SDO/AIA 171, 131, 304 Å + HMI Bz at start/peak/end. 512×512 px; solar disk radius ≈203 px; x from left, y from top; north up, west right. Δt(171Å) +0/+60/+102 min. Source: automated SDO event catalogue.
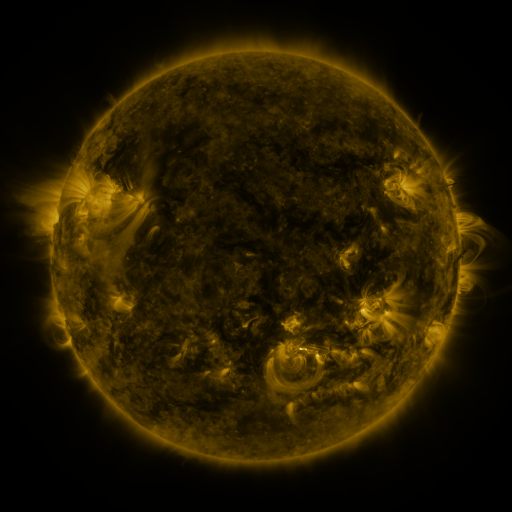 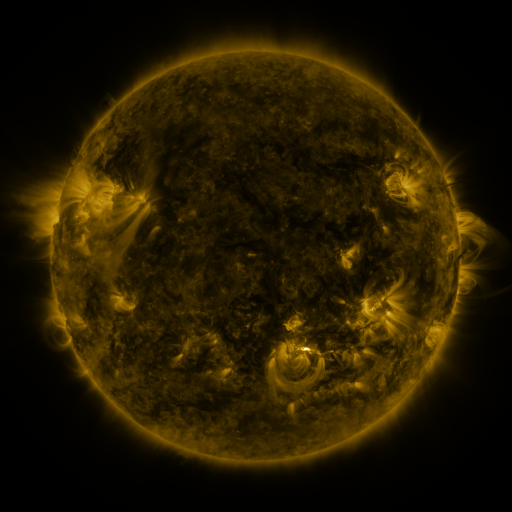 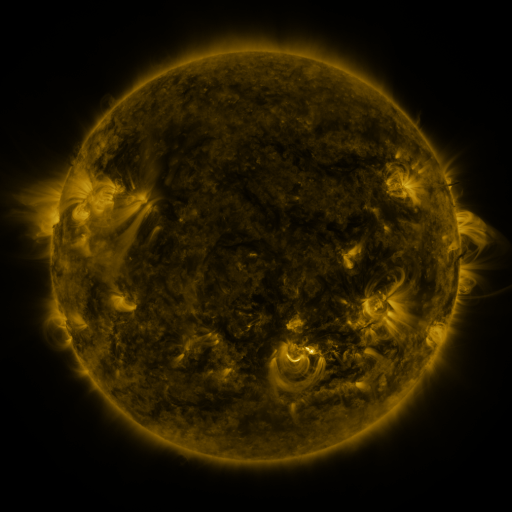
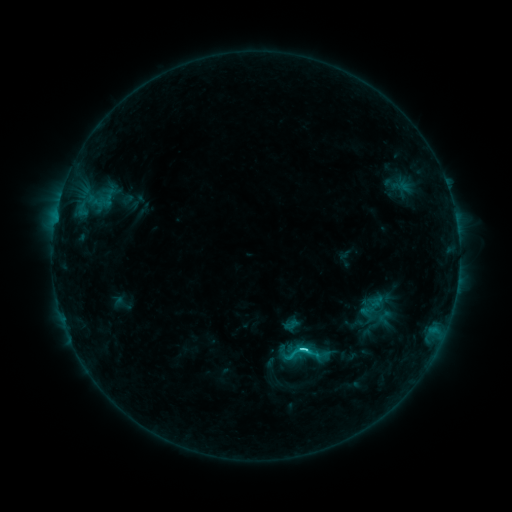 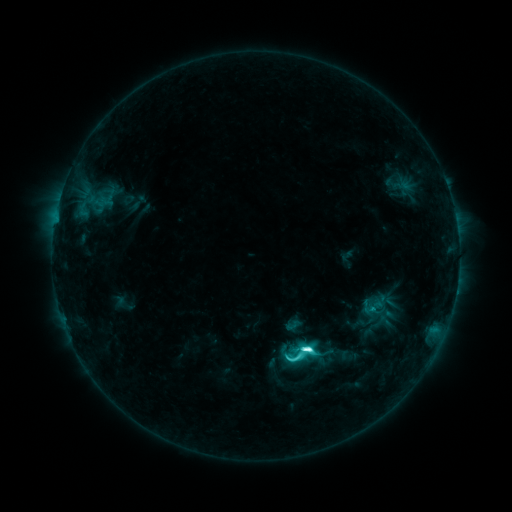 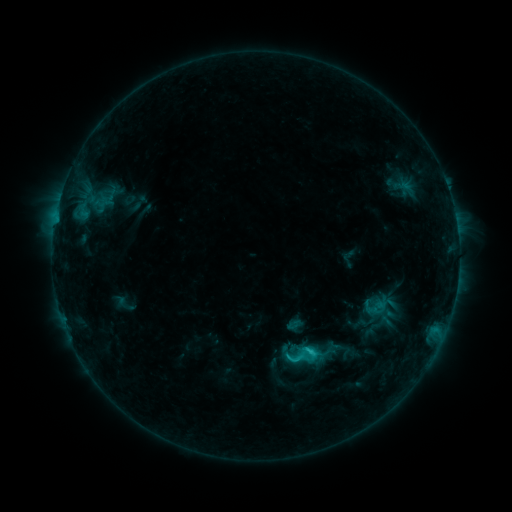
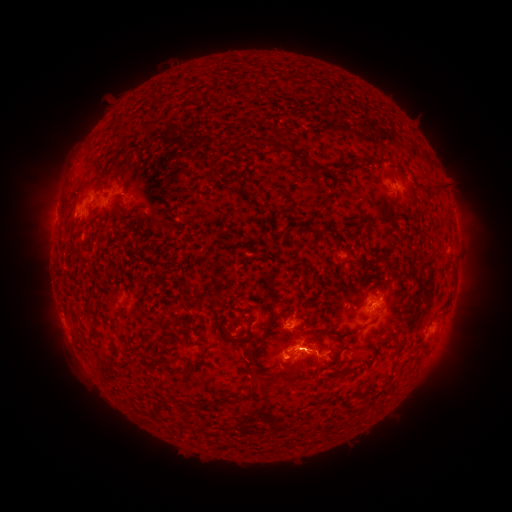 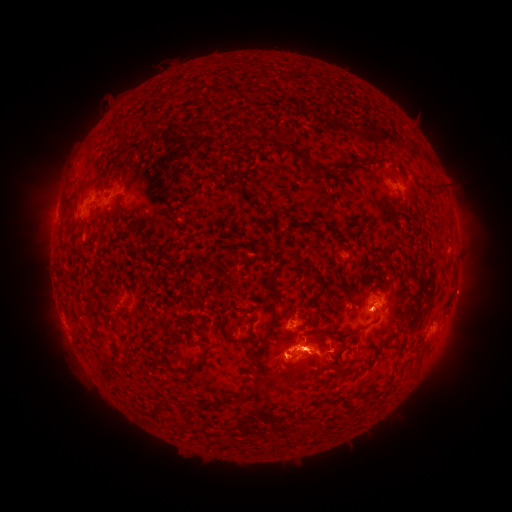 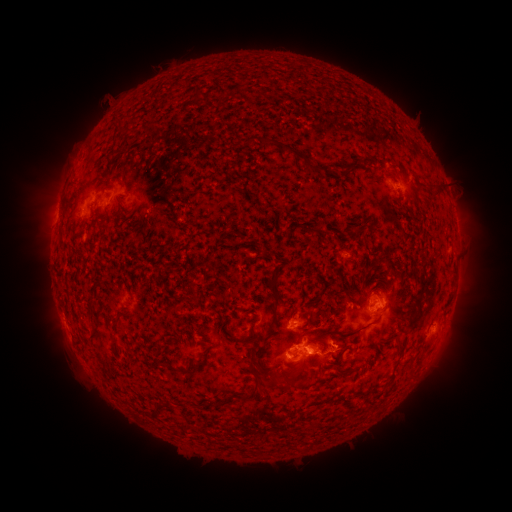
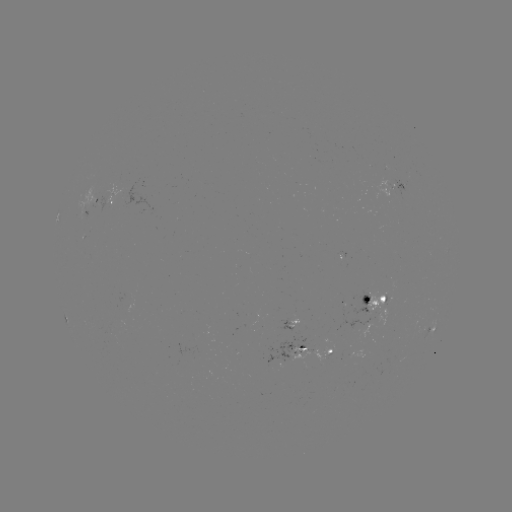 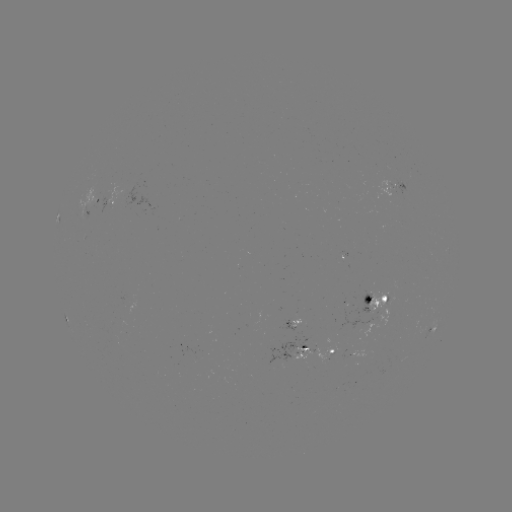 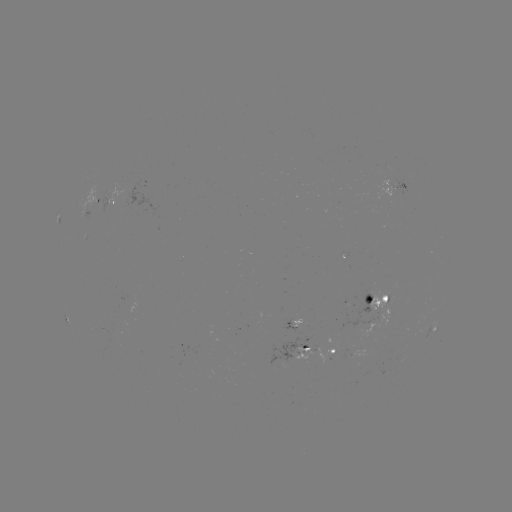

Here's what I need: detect M1.1 flare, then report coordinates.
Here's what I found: M1.1 flare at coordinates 308,347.